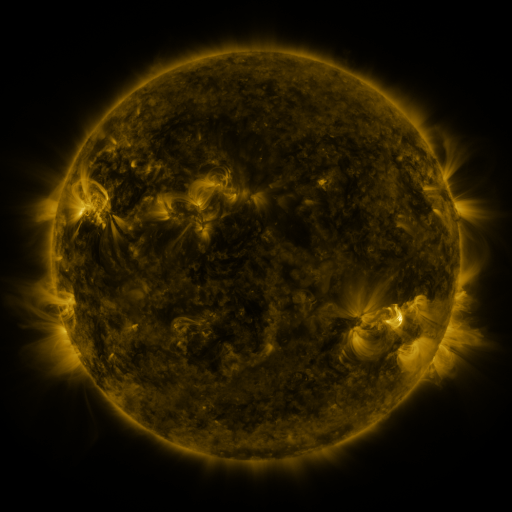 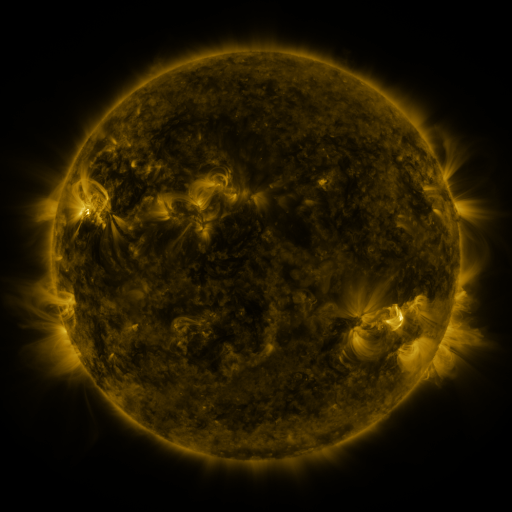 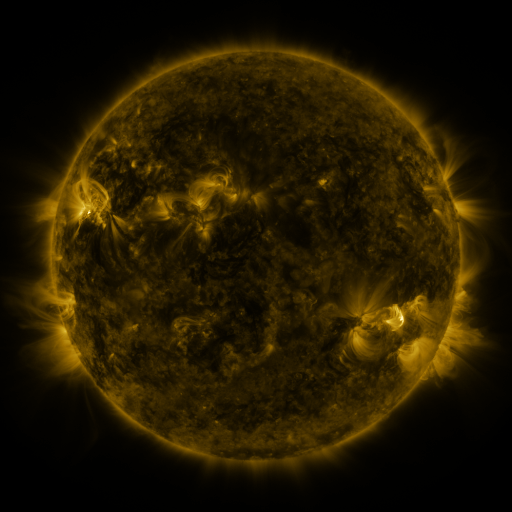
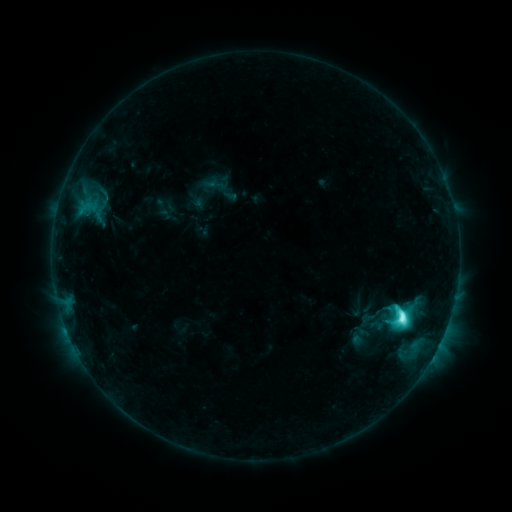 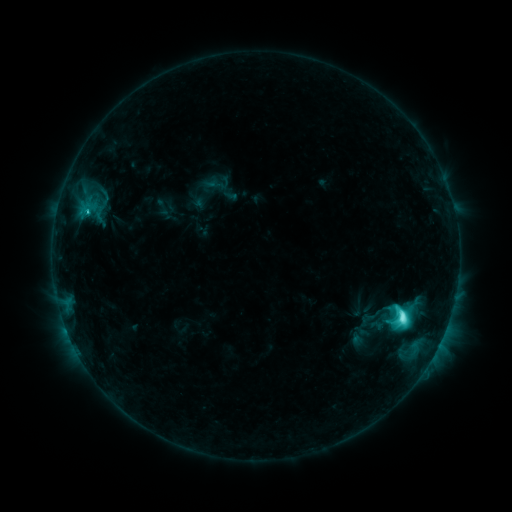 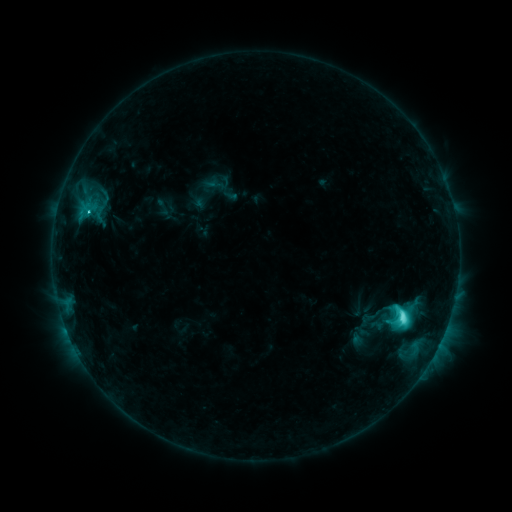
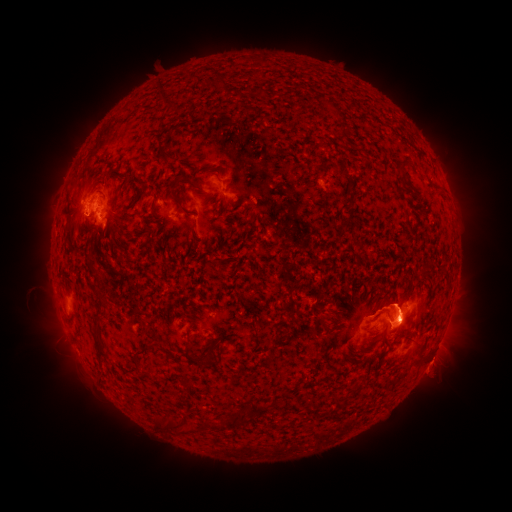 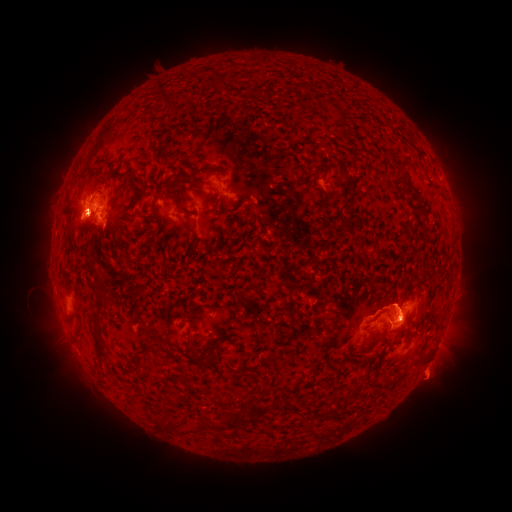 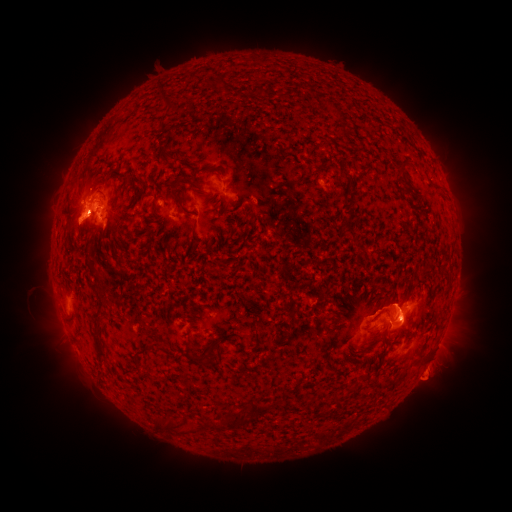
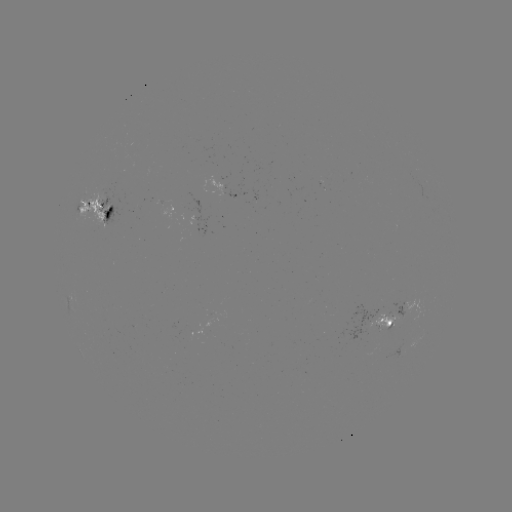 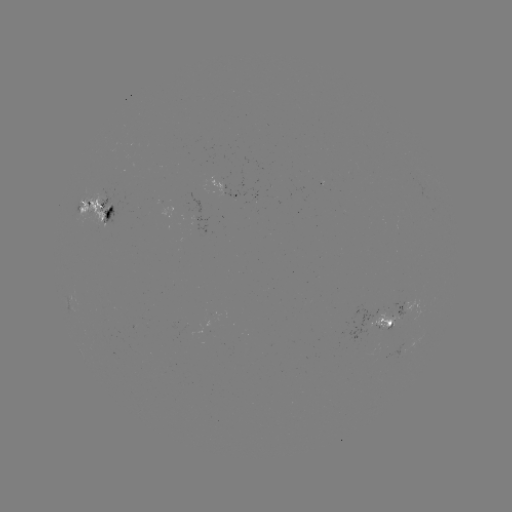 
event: eruption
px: (430, 378)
